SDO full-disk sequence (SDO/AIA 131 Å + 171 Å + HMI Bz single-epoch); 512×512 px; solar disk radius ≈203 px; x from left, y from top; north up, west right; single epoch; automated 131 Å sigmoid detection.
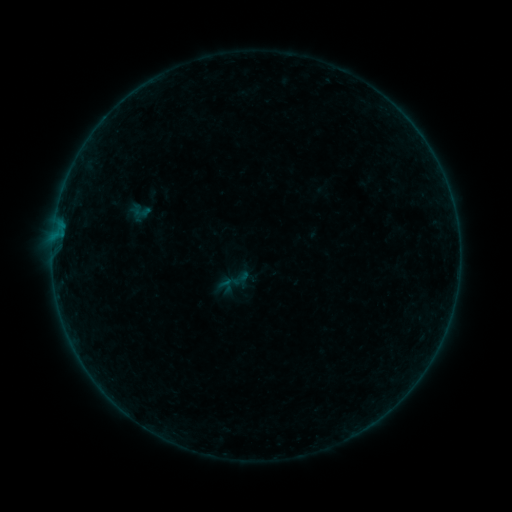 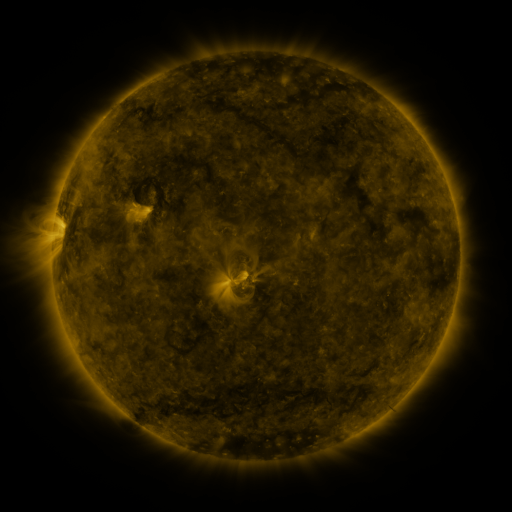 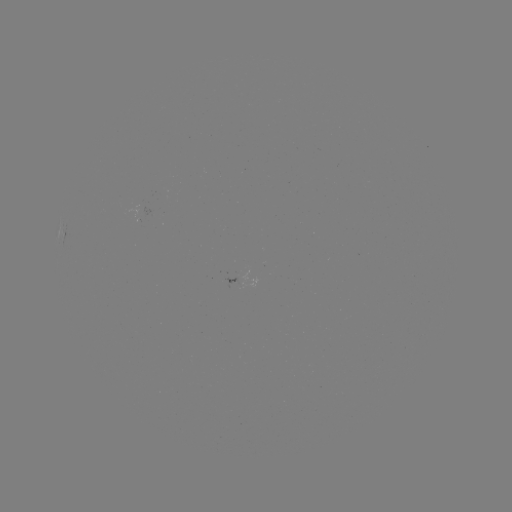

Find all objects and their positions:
sigmoid: (236, 280)
